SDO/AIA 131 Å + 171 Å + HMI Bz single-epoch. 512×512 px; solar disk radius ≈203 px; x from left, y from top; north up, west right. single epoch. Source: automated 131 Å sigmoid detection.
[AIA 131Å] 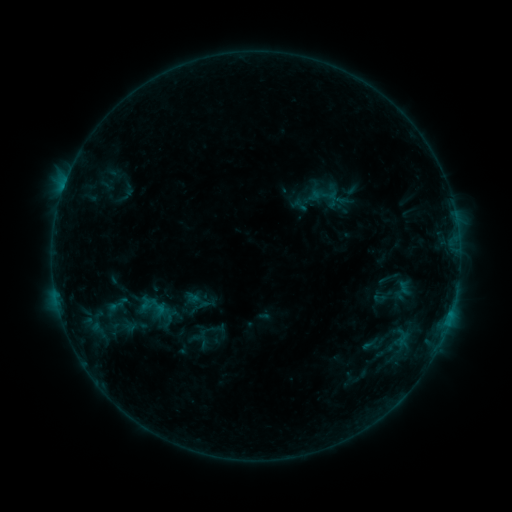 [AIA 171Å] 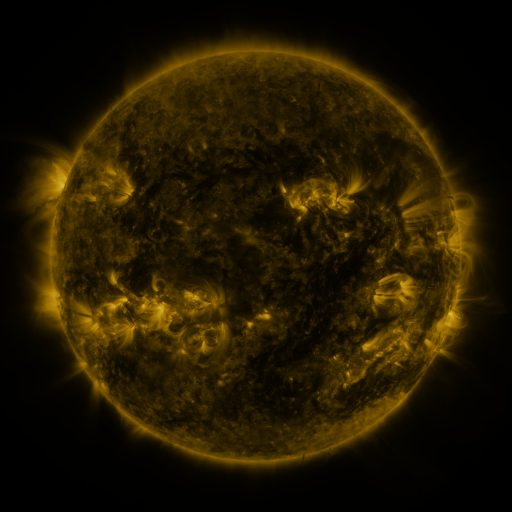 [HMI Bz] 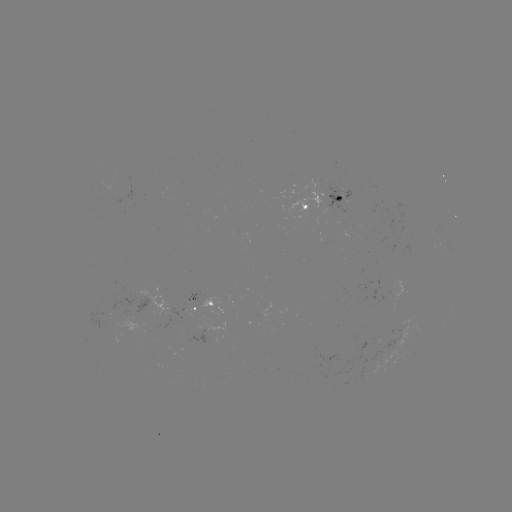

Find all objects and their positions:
sigmoid: (370, 346)
